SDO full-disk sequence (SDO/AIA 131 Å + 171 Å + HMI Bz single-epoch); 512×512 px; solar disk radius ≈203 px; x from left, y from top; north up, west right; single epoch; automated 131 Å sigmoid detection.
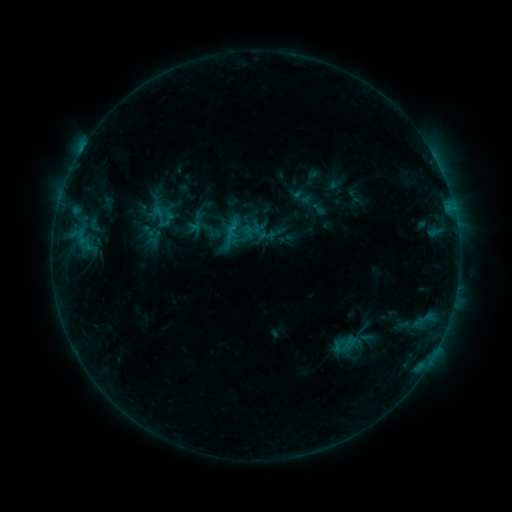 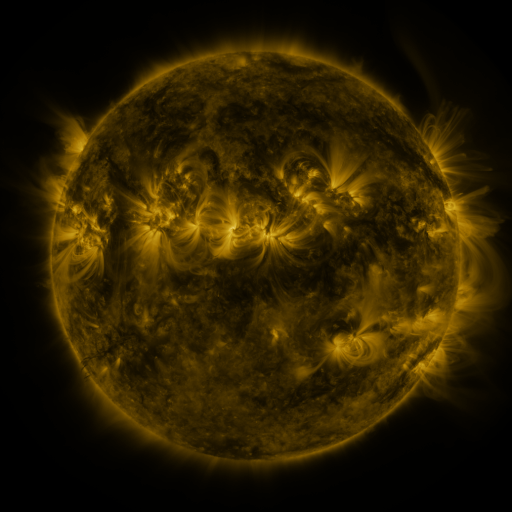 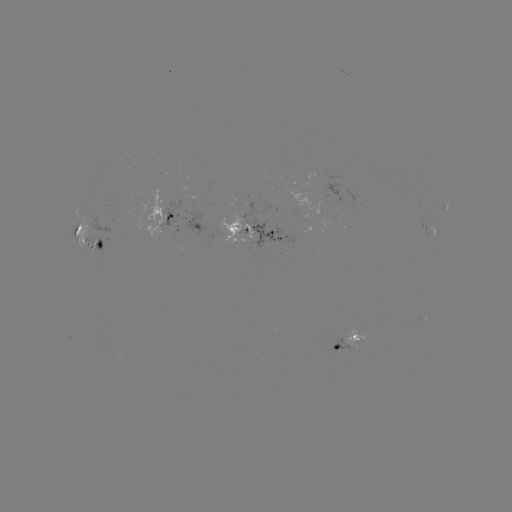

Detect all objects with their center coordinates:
sigmoid: (211, 231)
sigmoid: (346, 344)
